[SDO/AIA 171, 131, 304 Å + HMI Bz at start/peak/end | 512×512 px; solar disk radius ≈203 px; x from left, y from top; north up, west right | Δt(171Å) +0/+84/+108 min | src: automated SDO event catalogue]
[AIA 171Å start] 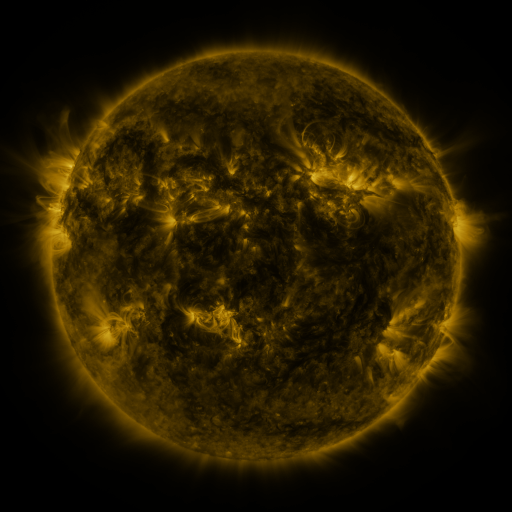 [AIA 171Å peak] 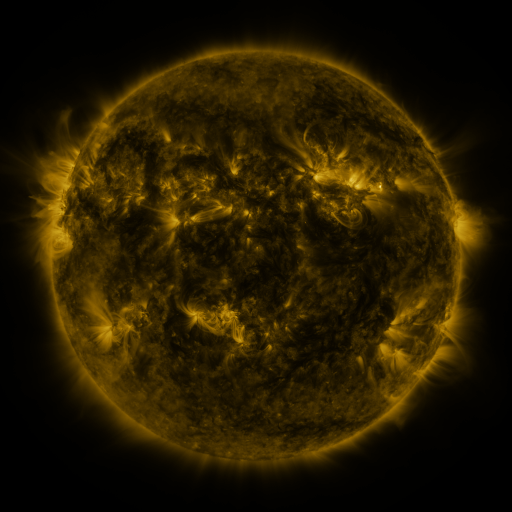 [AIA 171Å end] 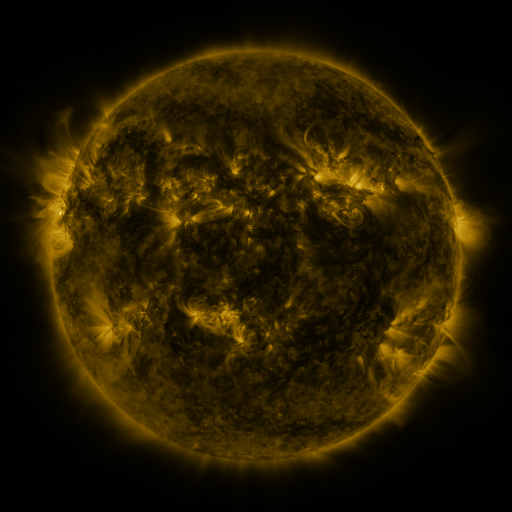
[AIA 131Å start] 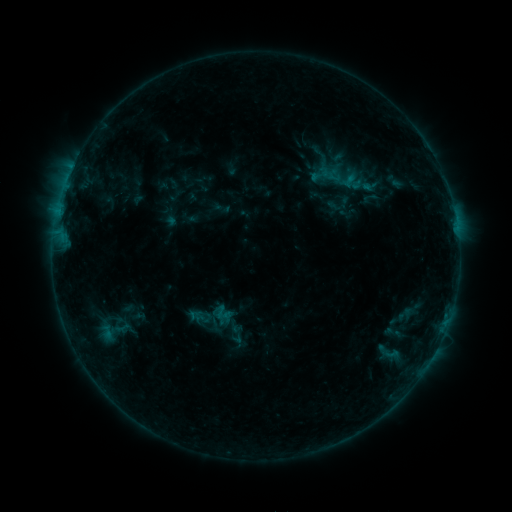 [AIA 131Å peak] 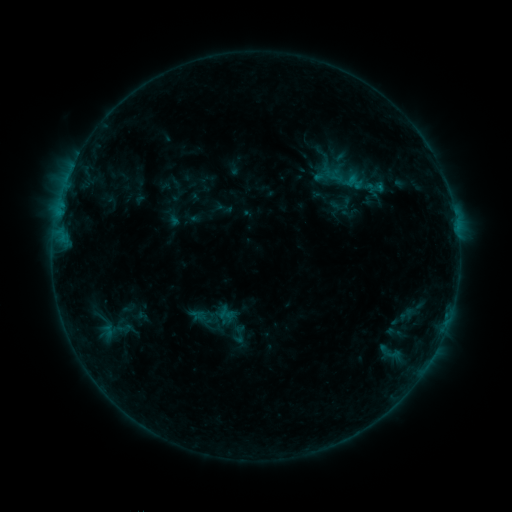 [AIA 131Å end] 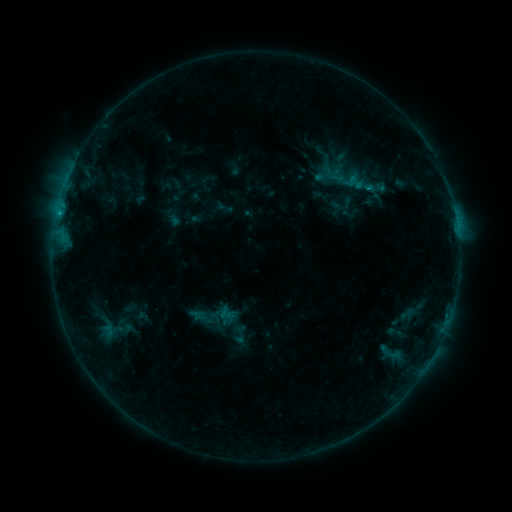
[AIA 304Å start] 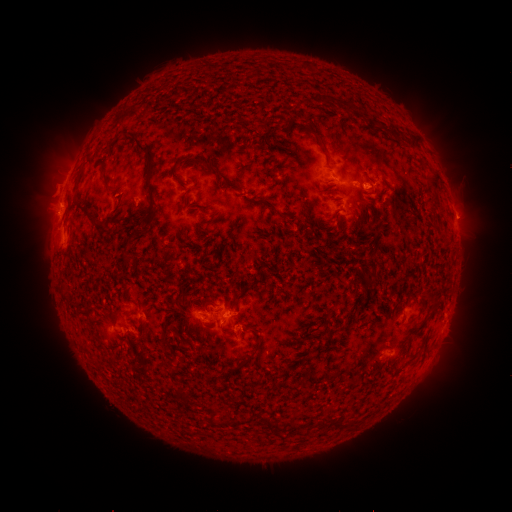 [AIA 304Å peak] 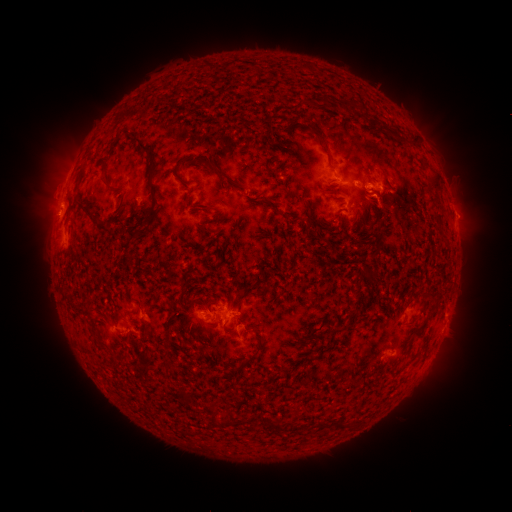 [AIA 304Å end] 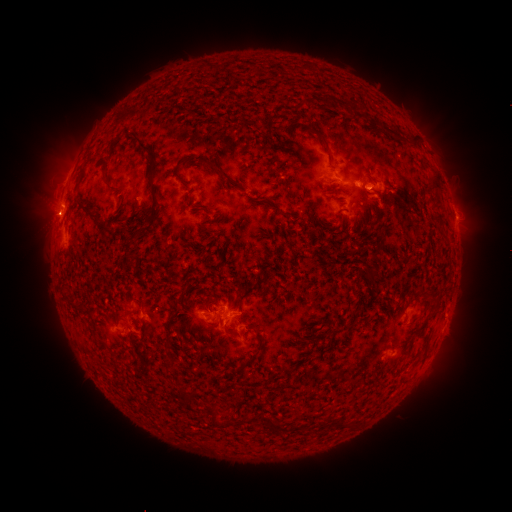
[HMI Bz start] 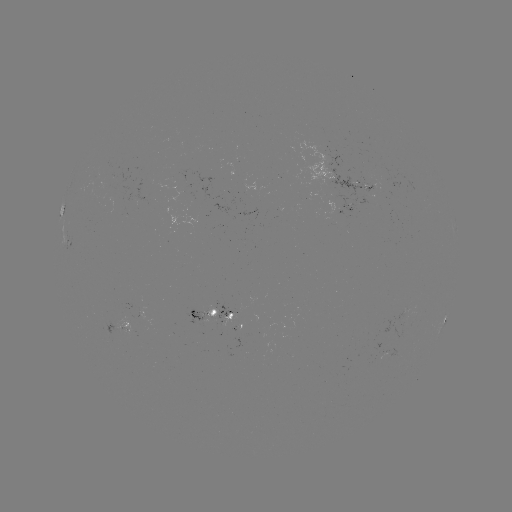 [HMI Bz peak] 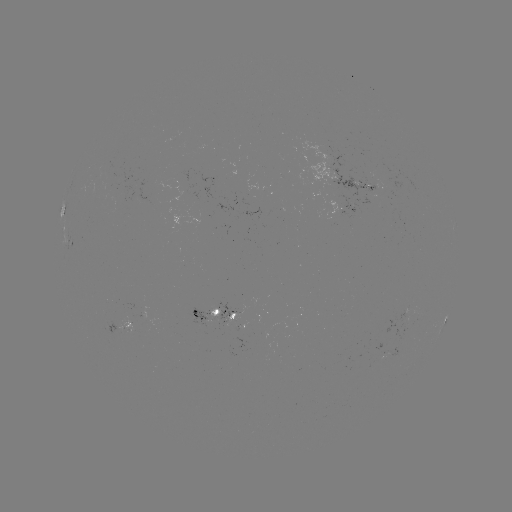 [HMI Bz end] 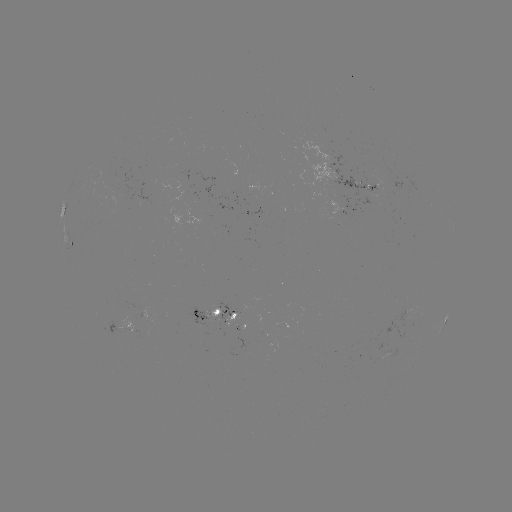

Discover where emerging-flux region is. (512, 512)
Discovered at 385,194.